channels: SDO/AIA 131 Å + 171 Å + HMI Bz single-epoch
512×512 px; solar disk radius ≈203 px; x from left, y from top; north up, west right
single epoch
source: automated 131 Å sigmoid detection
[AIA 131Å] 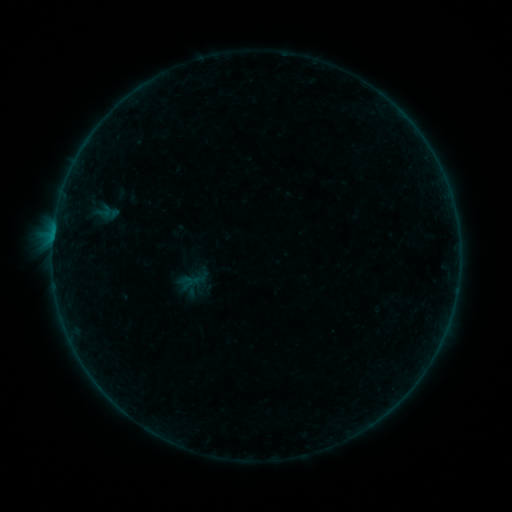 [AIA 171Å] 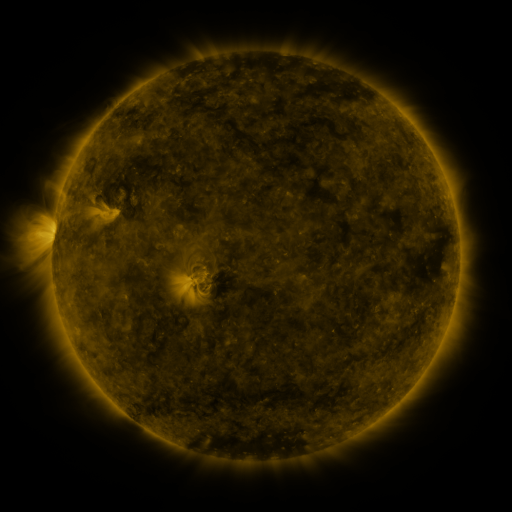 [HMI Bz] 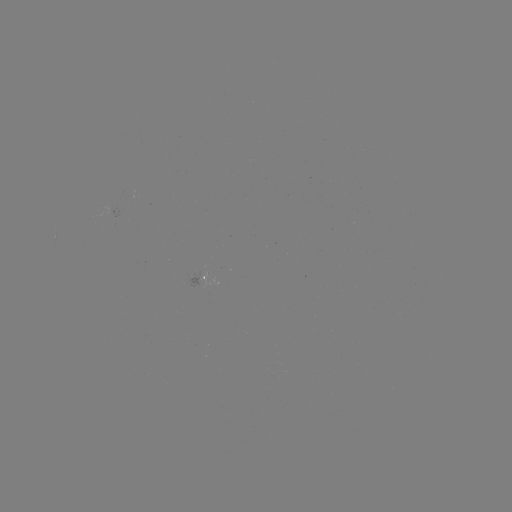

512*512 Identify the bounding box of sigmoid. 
[97, 203, 113, 220].